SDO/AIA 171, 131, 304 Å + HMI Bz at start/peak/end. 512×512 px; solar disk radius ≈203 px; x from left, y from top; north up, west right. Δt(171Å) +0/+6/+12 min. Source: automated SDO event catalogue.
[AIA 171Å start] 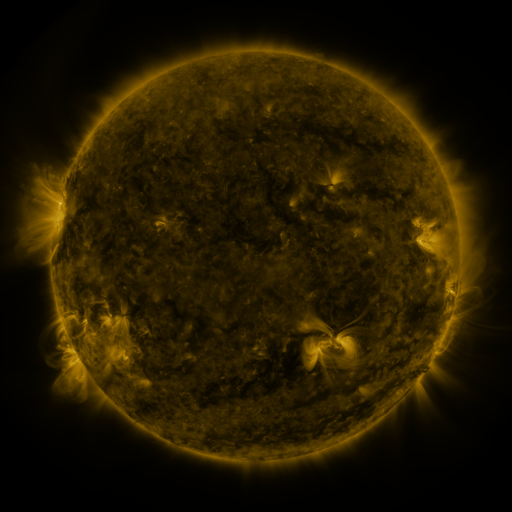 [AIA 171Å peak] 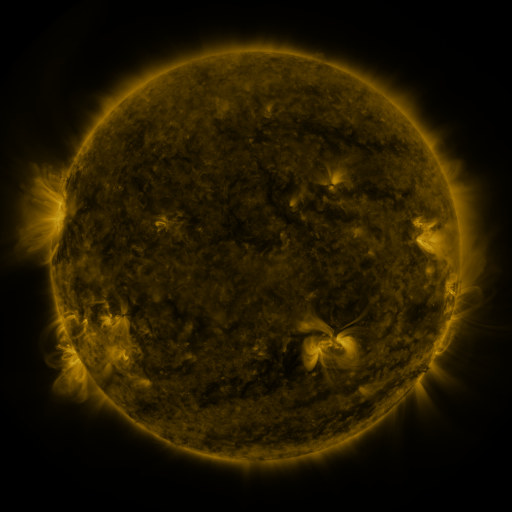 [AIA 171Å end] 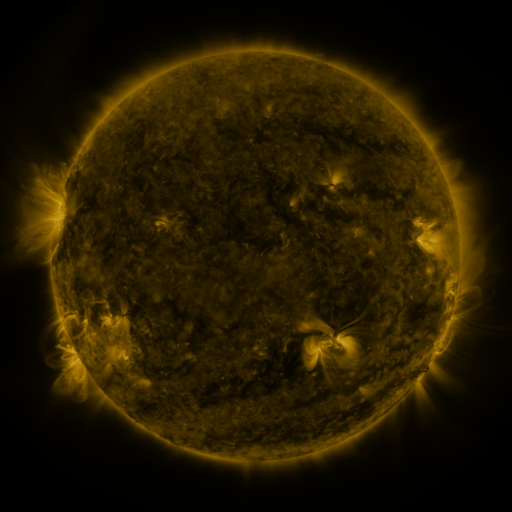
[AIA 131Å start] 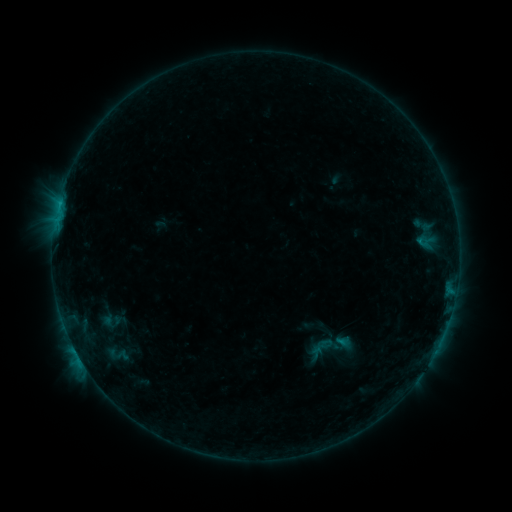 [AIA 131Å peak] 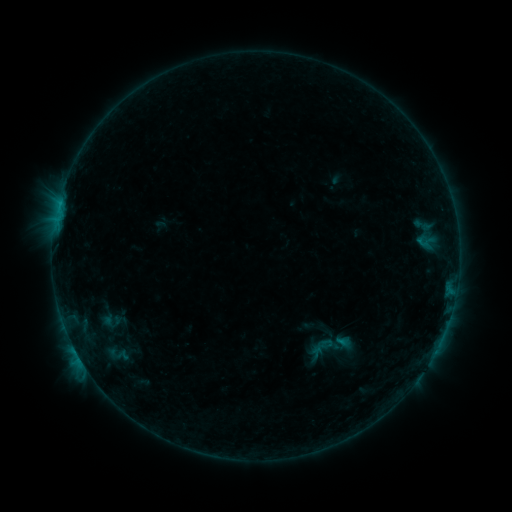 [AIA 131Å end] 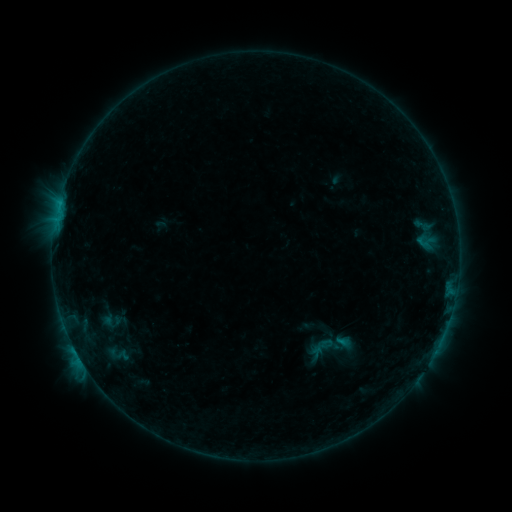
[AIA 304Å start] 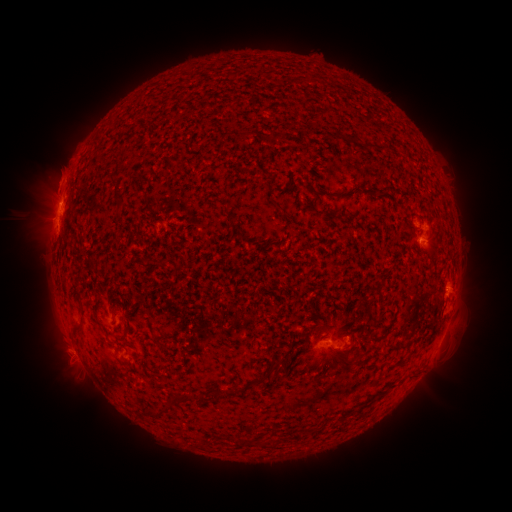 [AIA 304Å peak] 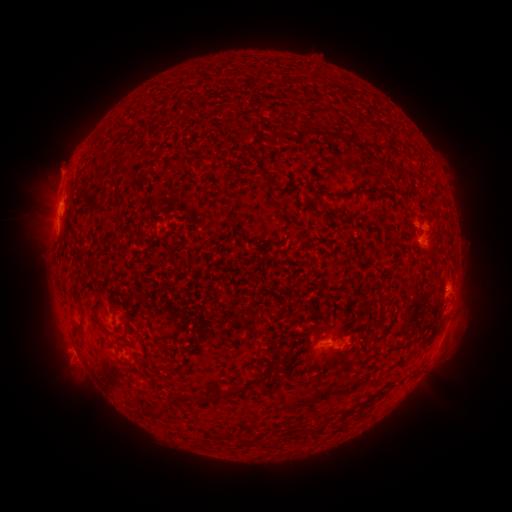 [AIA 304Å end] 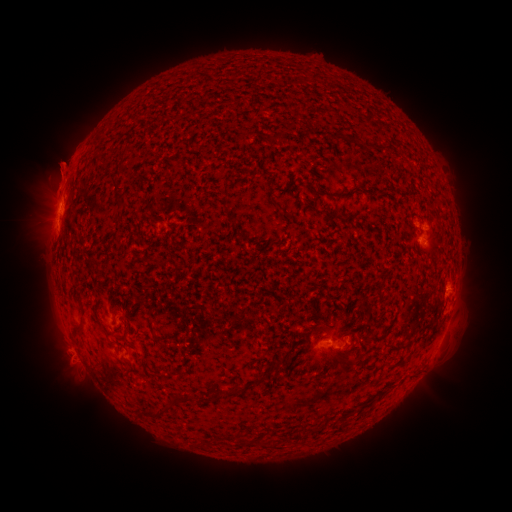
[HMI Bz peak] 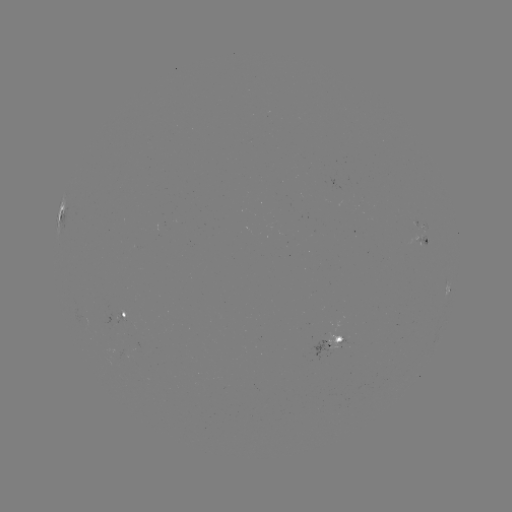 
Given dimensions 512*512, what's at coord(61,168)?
eruption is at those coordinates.